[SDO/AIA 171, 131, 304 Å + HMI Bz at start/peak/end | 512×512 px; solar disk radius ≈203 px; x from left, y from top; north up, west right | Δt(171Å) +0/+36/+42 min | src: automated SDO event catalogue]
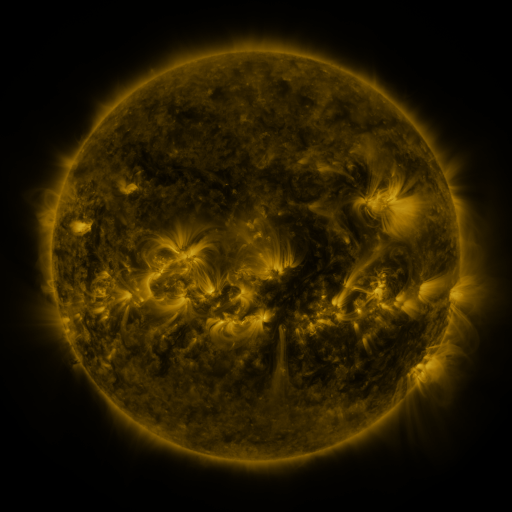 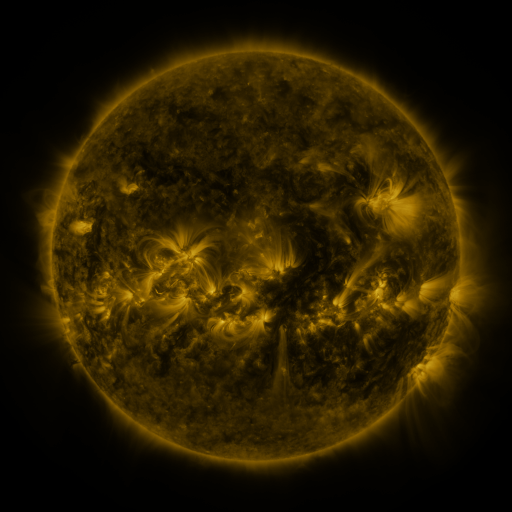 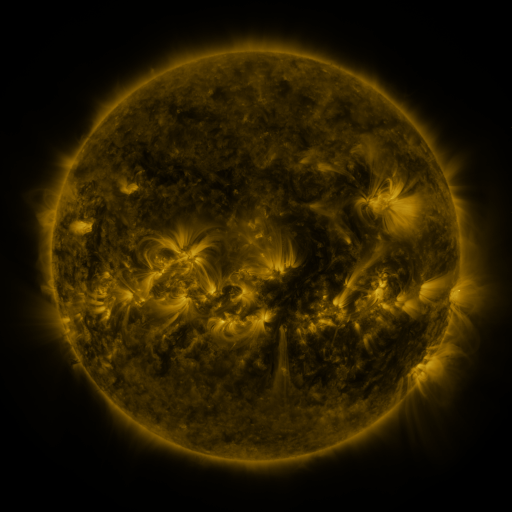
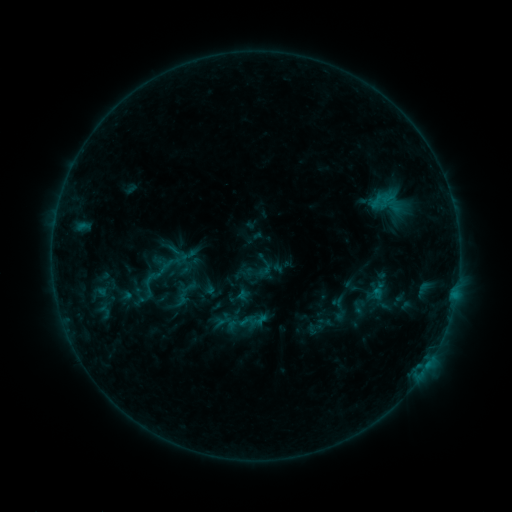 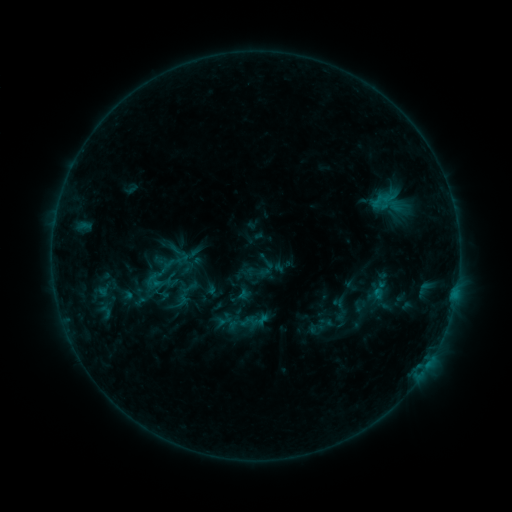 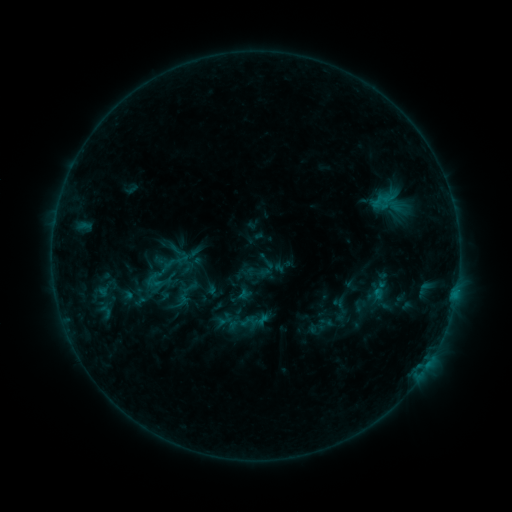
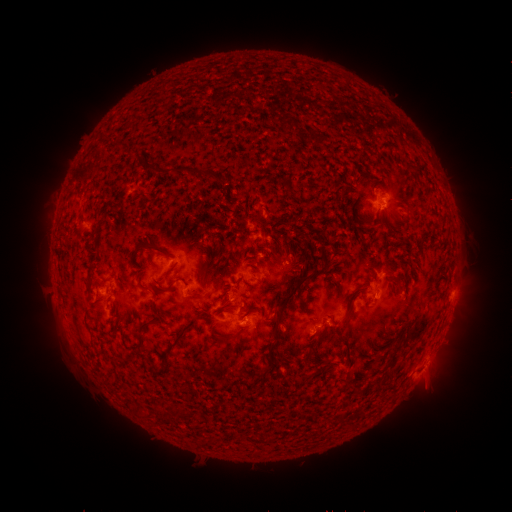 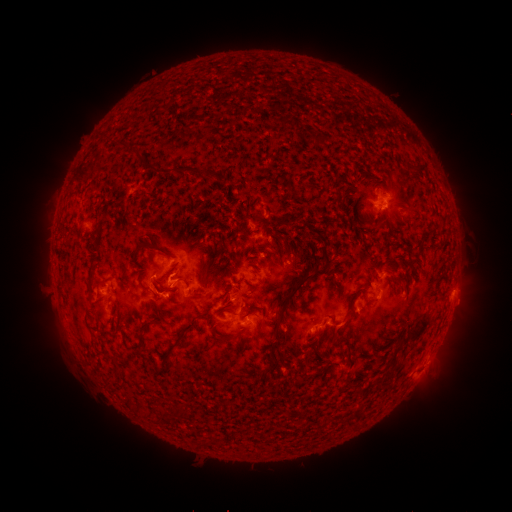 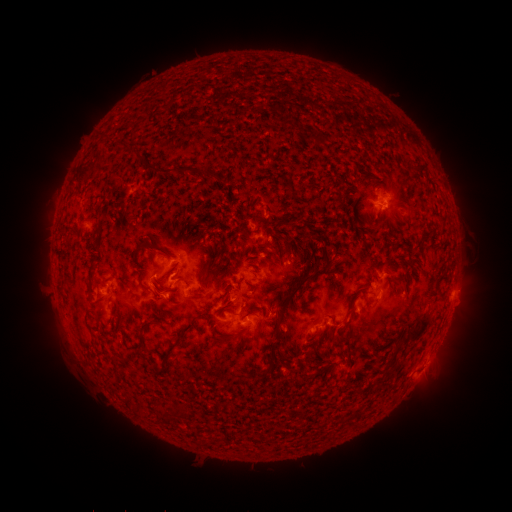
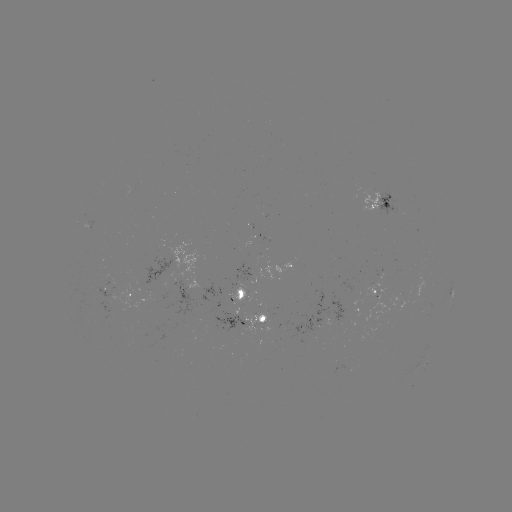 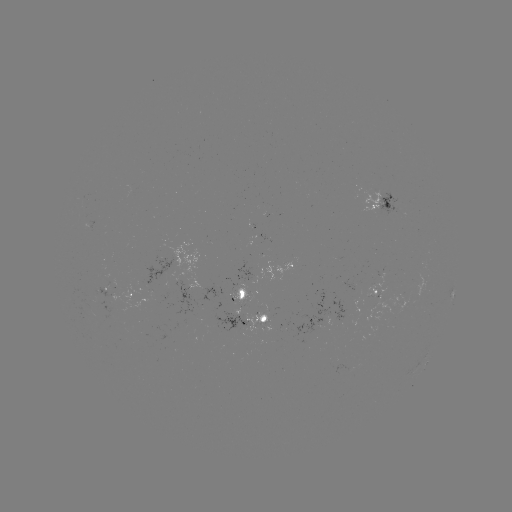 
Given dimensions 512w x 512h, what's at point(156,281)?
B9.2 flare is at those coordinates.